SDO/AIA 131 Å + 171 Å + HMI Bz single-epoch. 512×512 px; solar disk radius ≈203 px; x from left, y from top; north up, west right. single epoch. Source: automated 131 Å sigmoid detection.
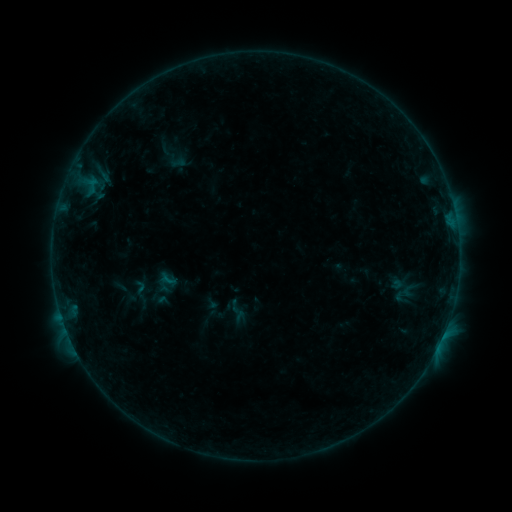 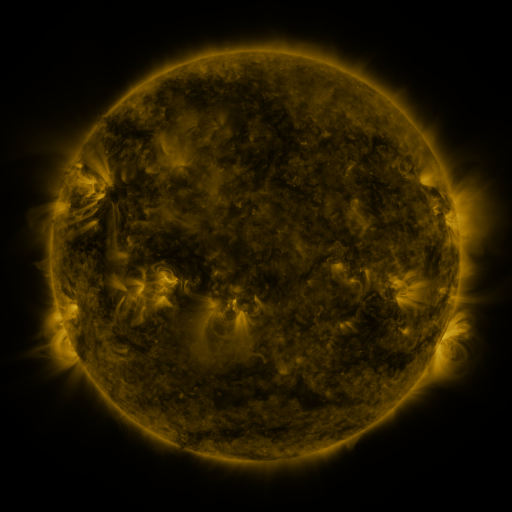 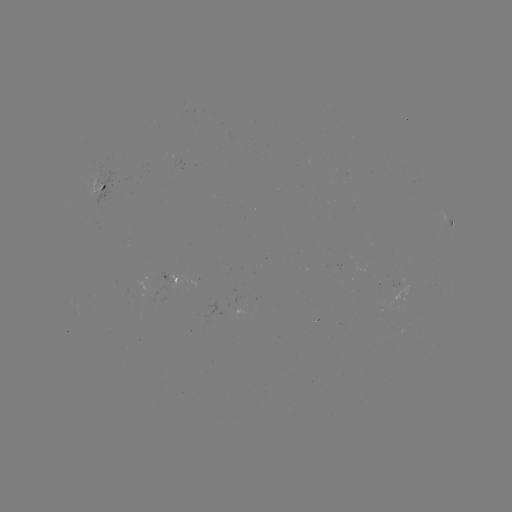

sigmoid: (157, 270, 178, 288)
